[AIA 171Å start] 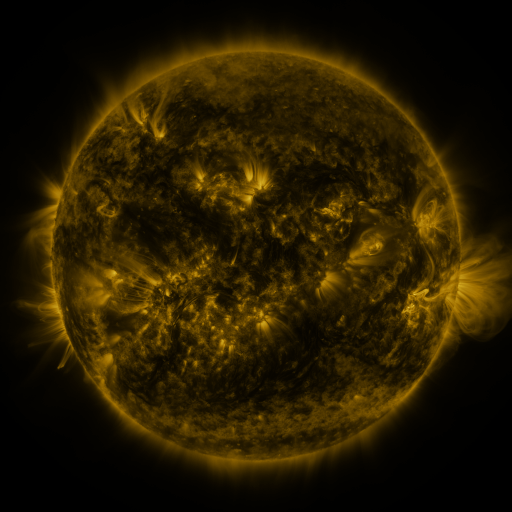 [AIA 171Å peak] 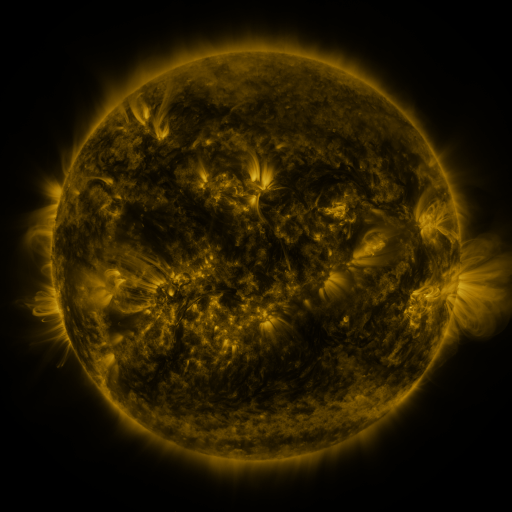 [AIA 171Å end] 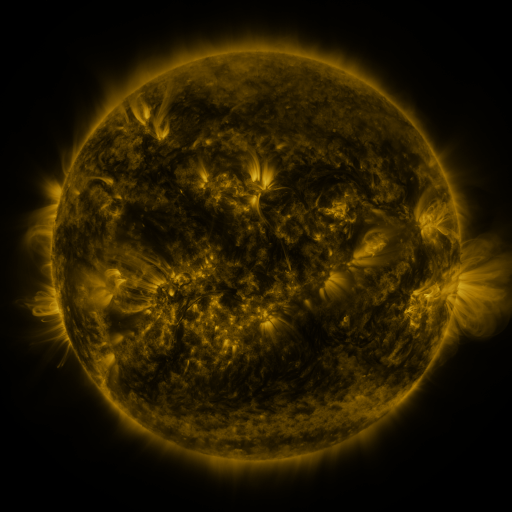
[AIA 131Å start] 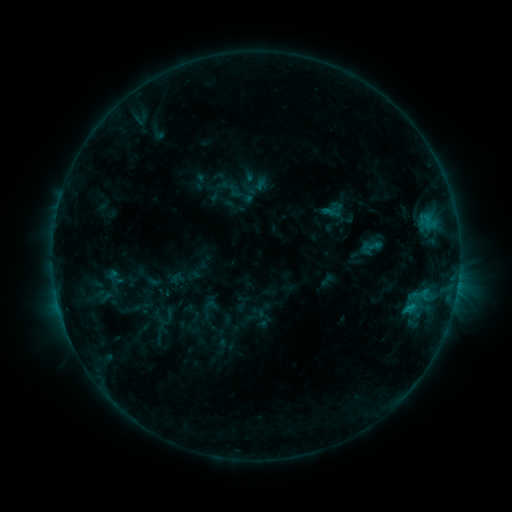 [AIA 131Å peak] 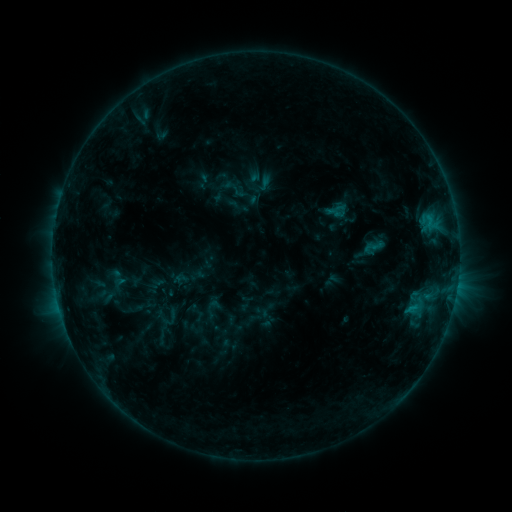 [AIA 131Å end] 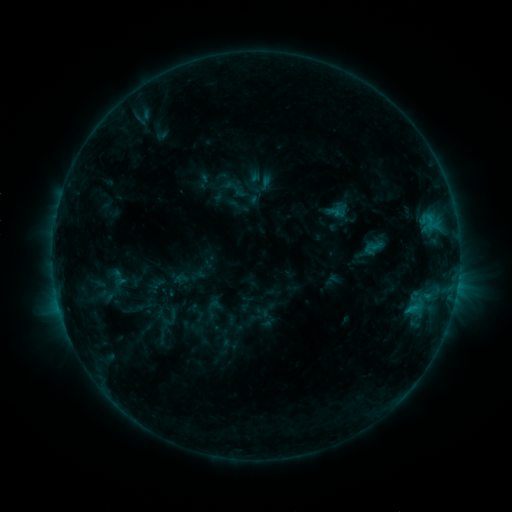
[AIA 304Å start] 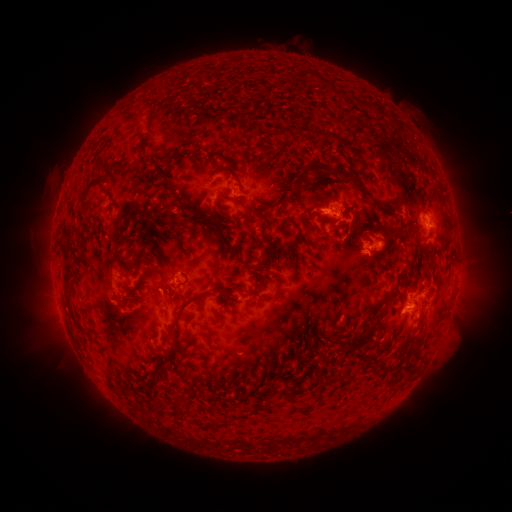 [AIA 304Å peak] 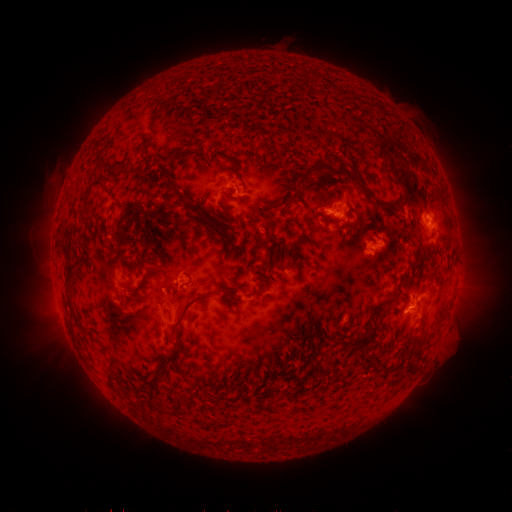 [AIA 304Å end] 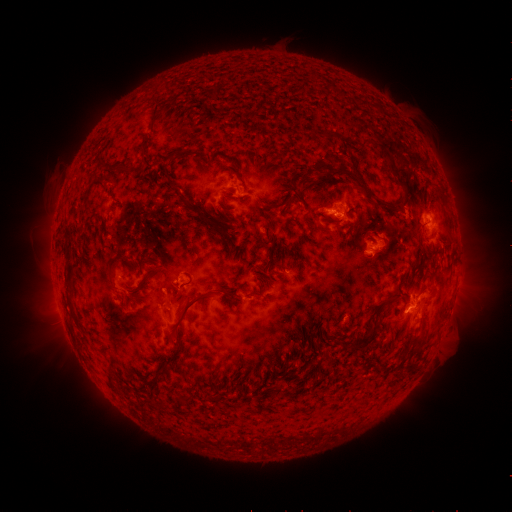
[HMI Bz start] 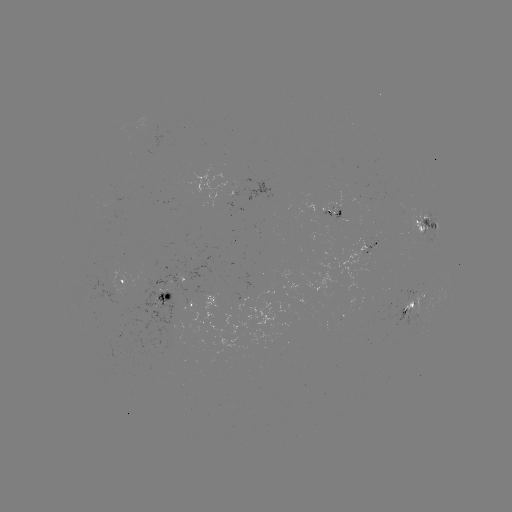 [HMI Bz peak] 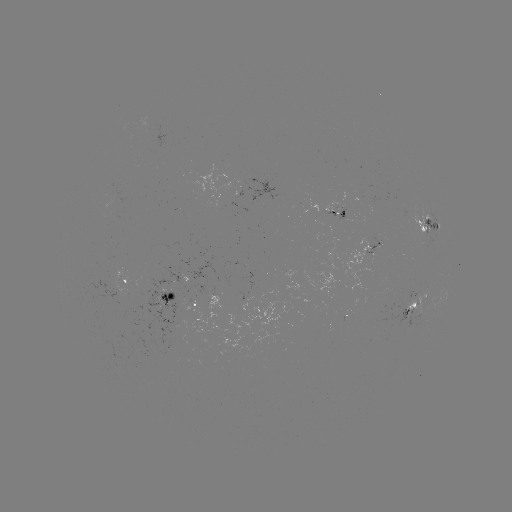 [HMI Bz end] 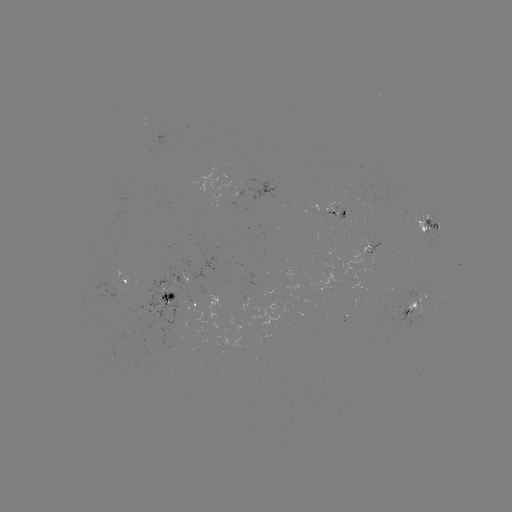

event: emerging-flux region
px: (412, 309)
